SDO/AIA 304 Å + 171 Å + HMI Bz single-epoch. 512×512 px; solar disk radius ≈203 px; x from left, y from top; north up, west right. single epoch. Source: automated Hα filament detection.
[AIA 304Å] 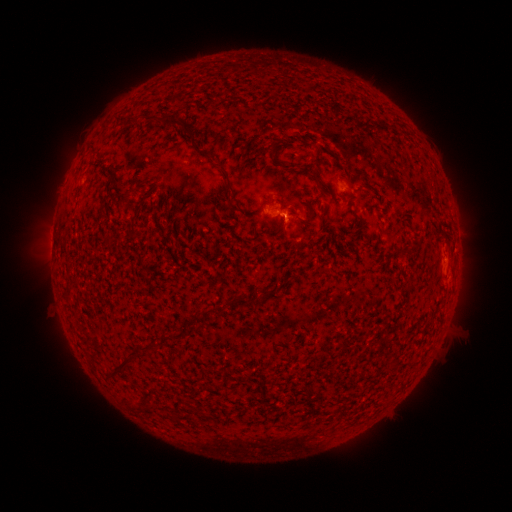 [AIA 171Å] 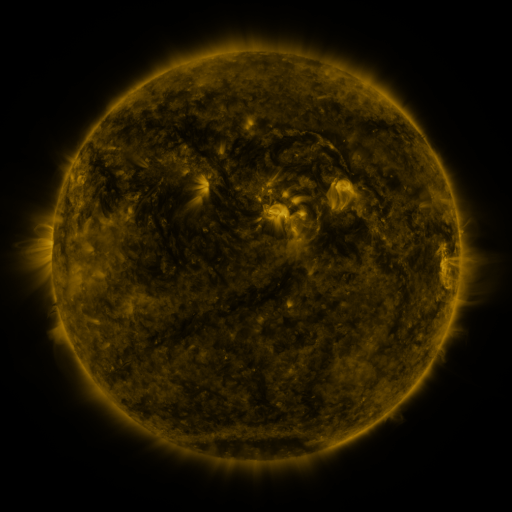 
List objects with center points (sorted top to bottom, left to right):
filament: <bbox>143, 112, 195, 141</bbox>
filament: <bbox>113, 115, 125, 124</bbox>
filament: <bbox>268, 140, 280, 152</bbox>
filament: <bbox>311, 172, 322, 187</bbox>
filament: <bbox>225, 176, 236, 196</bbox>
filament: <bbox>360, 183, 370, 191</bbox>
filament: <bbox>121, 192, 129, 205</bbox>
filament: <bbox>127, 231, 139, 239</bbox>
filament: <bbox>230, 295, 248, 306</bbox>
filament: <bbox>186, 305, 223, 327</bbox>
filament: <bbox>109, 342, 156, 377</bbox>
filament: <bbox>126, 400, 138, 411</bbox>
filament: <bbox>184, 400, 195, 410</bbox>
